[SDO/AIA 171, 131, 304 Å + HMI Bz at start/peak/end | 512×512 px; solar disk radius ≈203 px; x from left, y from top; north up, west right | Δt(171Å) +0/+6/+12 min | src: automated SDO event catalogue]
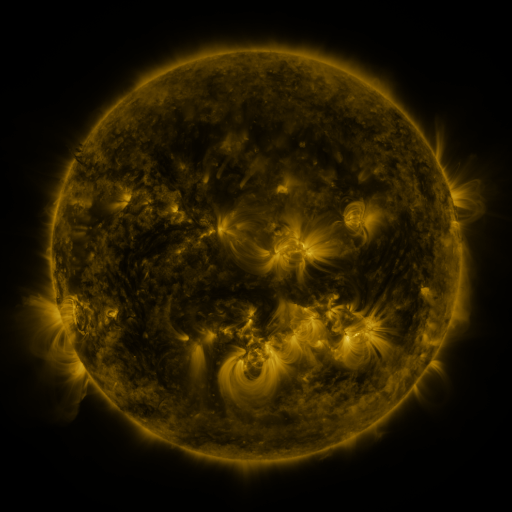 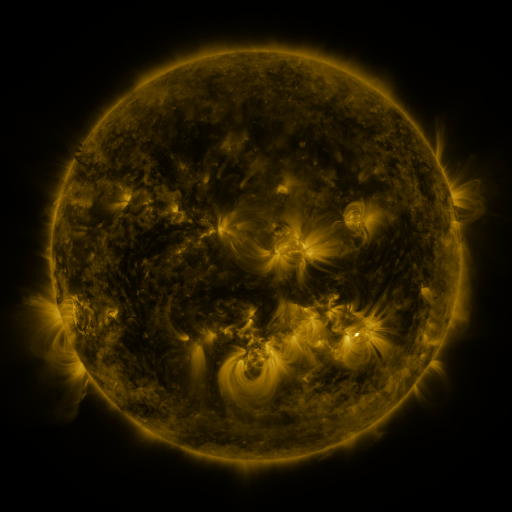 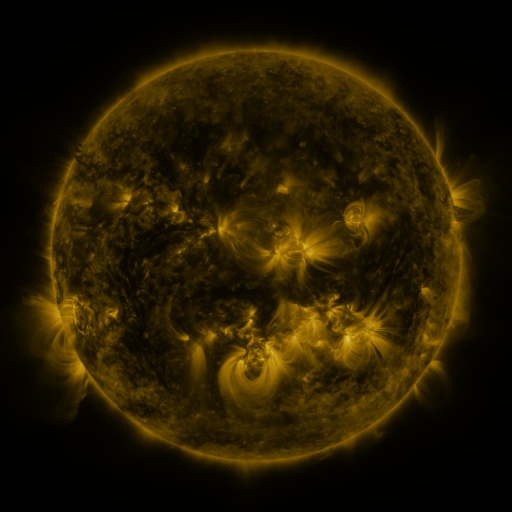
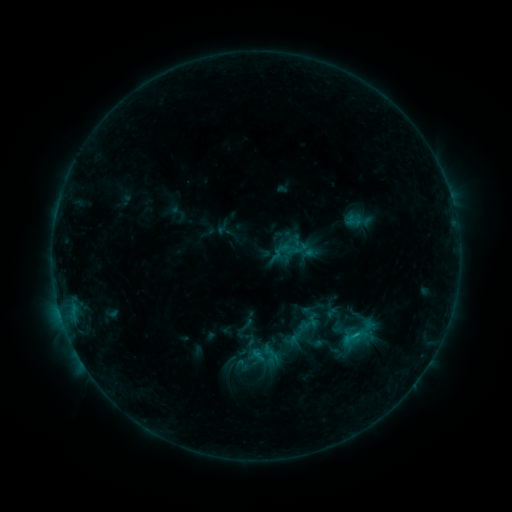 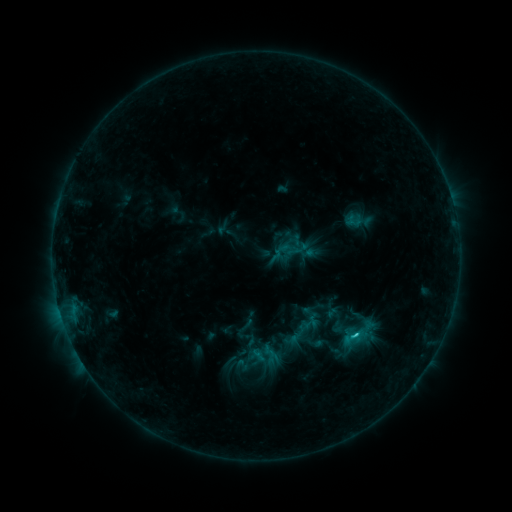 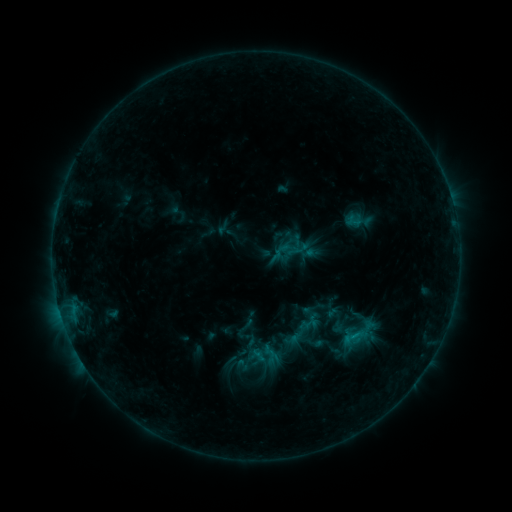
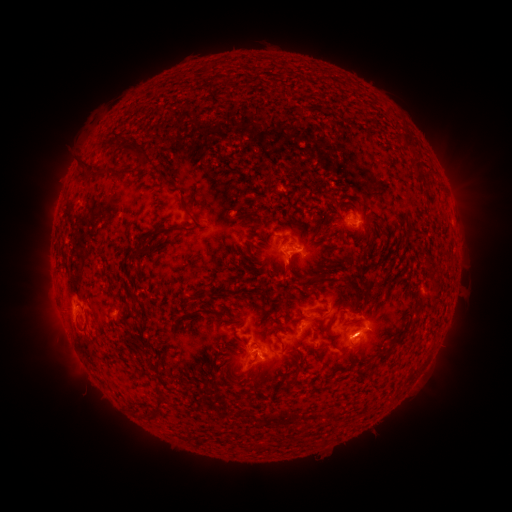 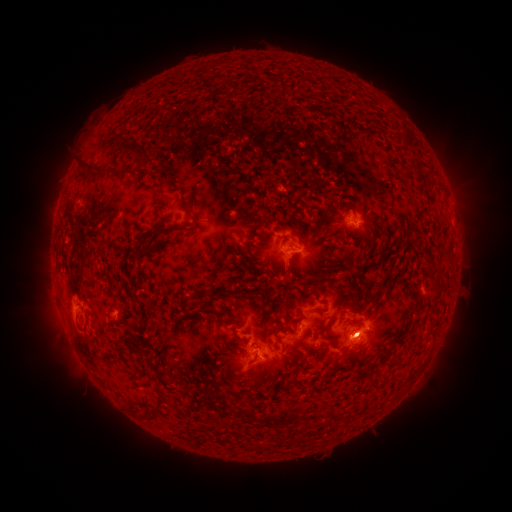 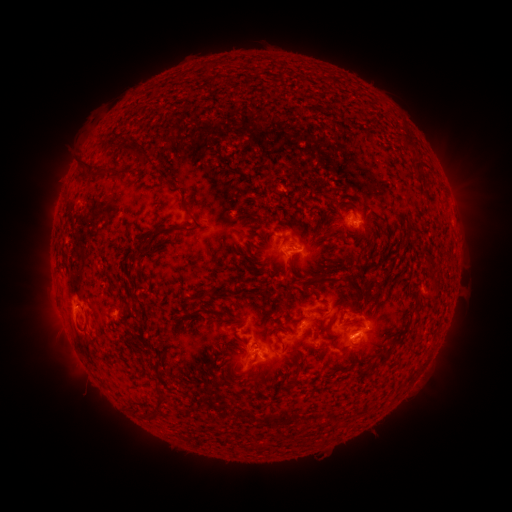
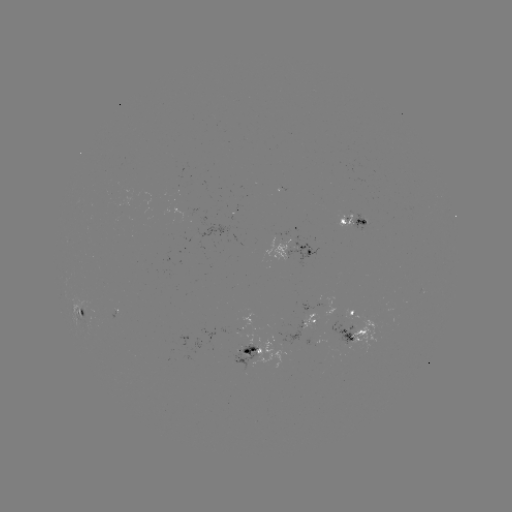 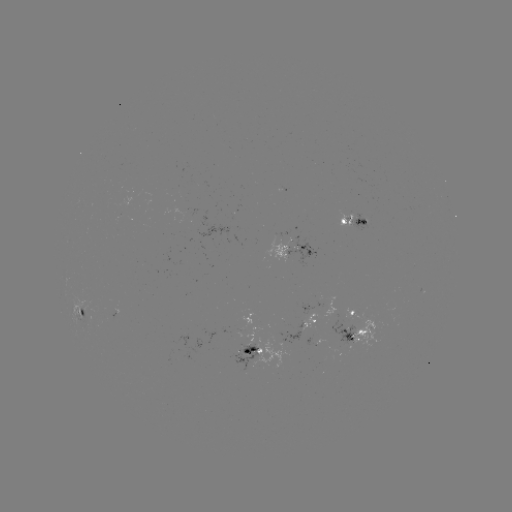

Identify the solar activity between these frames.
C1.3 flare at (354, 334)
